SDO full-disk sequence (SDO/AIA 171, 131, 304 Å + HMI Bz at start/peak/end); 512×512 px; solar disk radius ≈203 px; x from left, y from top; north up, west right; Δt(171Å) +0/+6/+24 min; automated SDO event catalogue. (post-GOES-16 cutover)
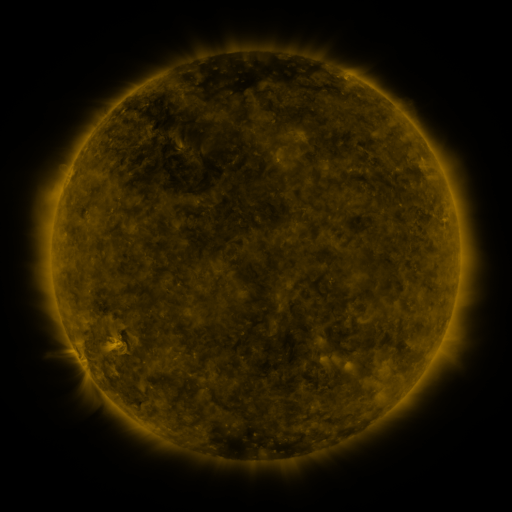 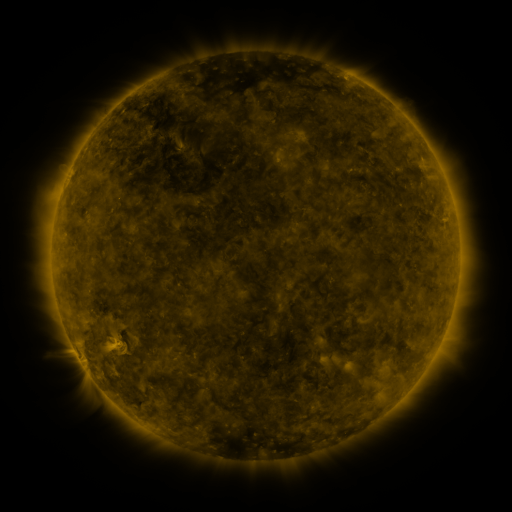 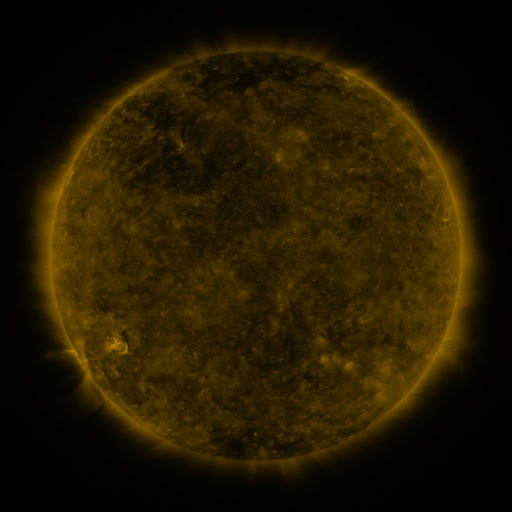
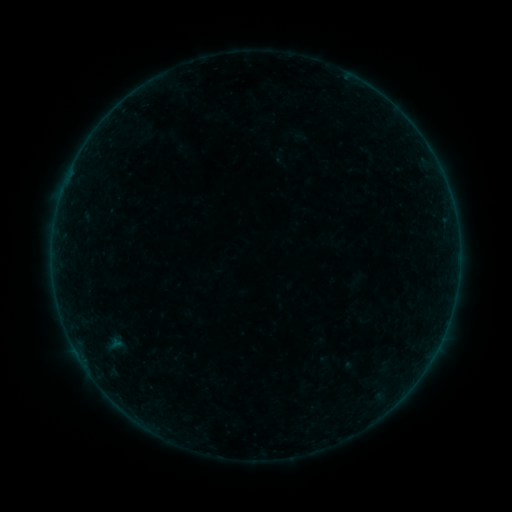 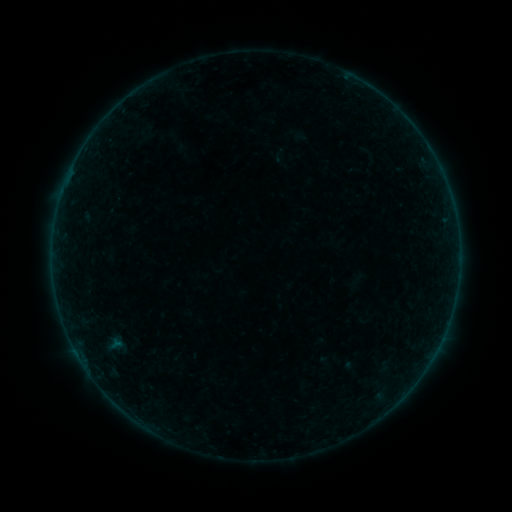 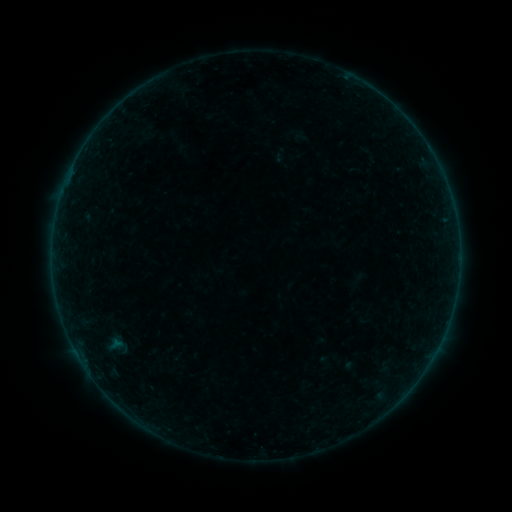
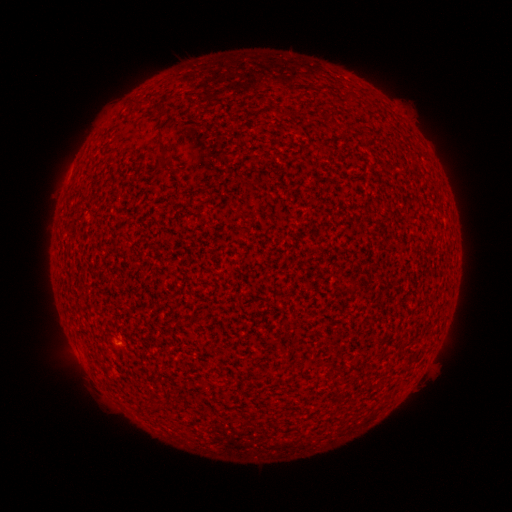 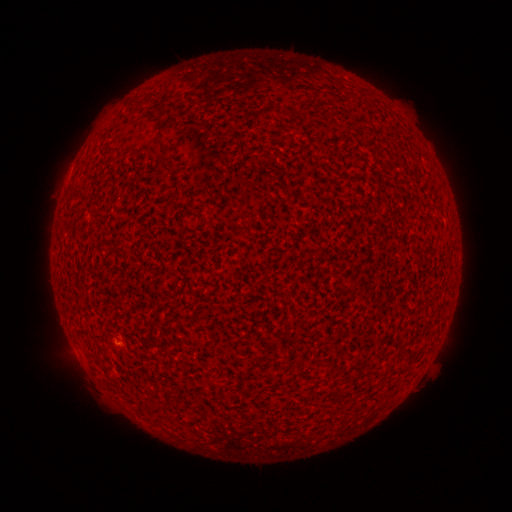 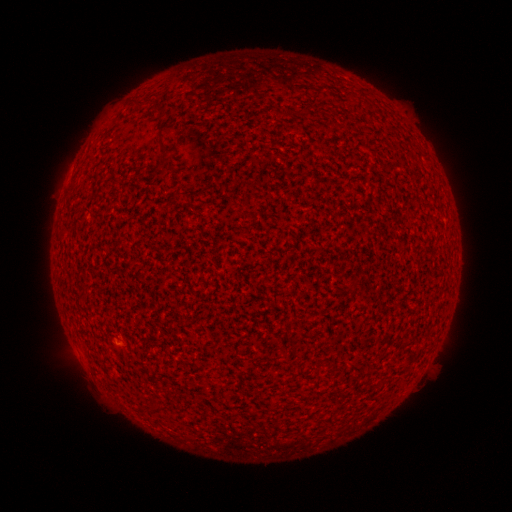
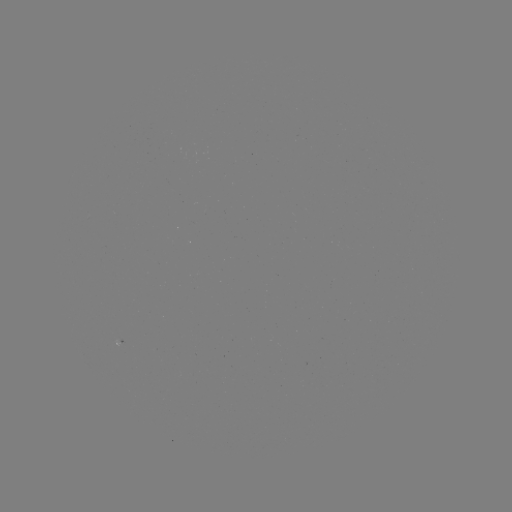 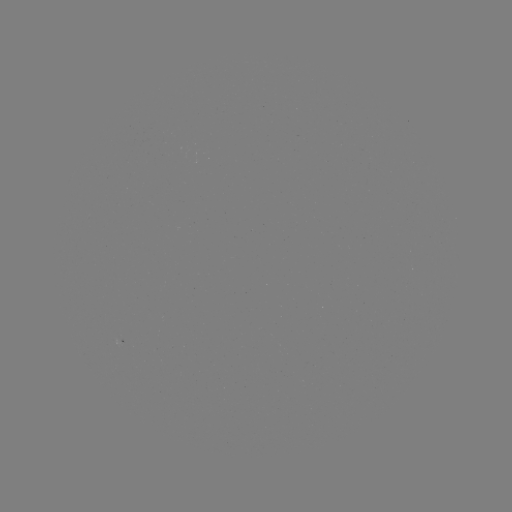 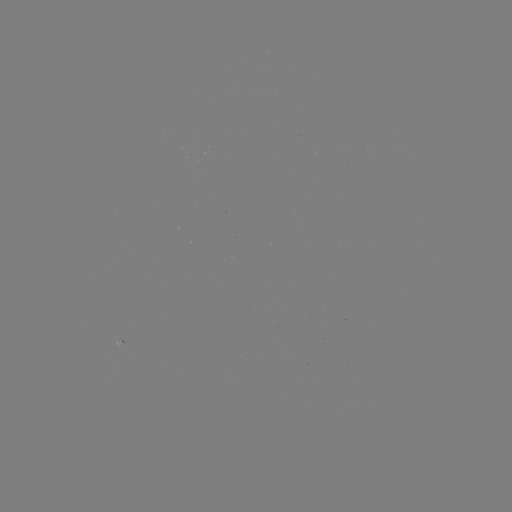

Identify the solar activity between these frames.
A2.6 flare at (118, 342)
